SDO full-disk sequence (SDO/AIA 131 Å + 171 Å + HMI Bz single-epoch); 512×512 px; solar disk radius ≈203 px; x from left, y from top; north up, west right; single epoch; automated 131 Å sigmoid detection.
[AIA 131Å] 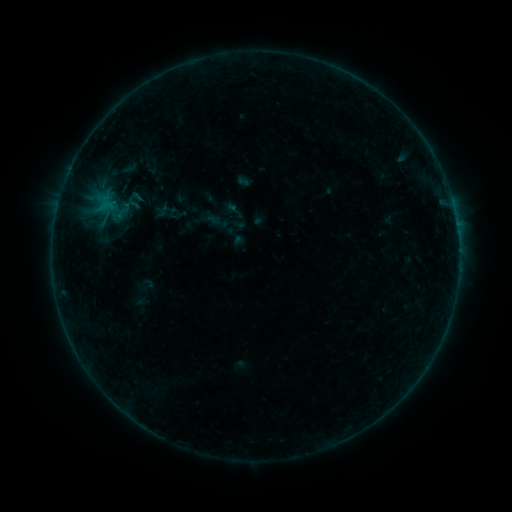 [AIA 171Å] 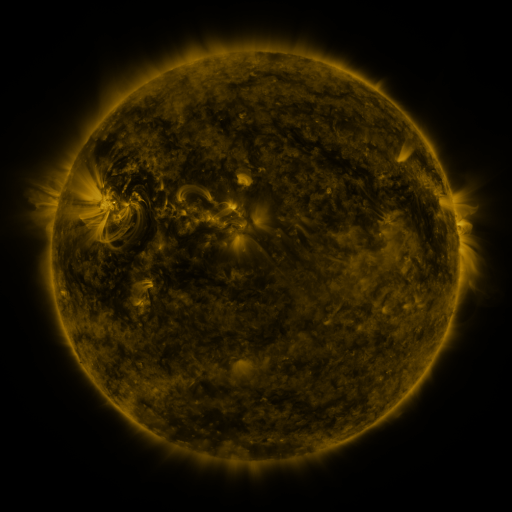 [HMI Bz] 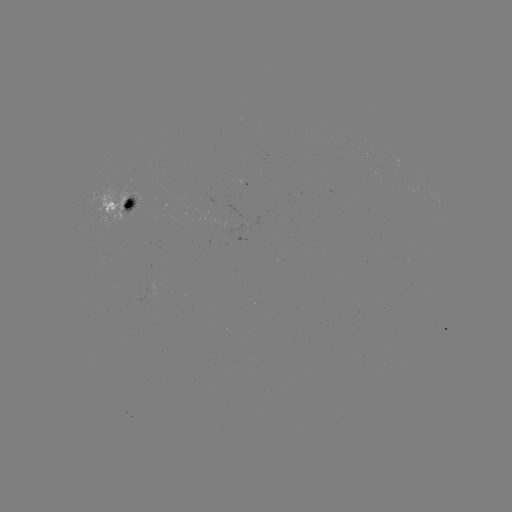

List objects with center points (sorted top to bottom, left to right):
sigmoid: [132, 184, 156, 209]
